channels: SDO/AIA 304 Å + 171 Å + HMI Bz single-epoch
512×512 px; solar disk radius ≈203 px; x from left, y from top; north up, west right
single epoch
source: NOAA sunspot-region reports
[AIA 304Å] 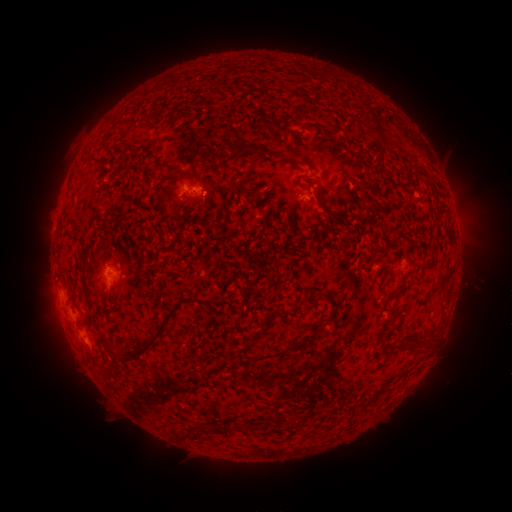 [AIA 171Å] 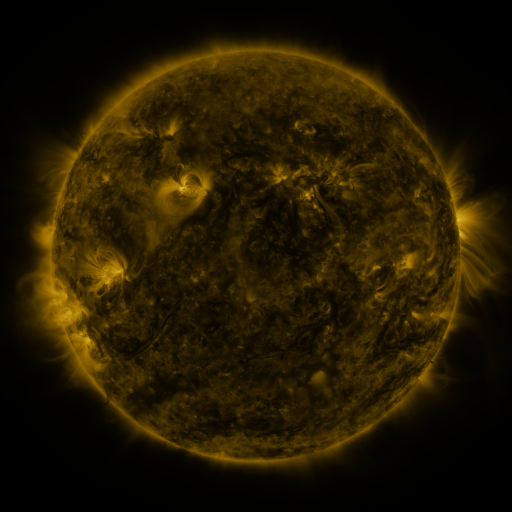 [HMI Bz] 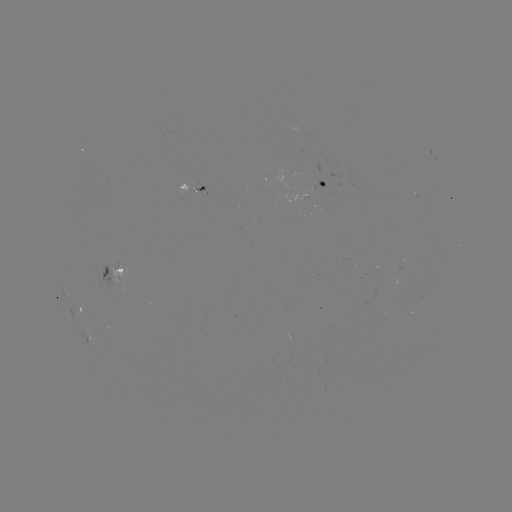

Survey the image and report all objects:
spotted active region: (326, 184)
spotted active region: (194, 190)
spotted active region: (119, 273)
spotted active region: (81, 308)
spotted active region: (91, 338)
